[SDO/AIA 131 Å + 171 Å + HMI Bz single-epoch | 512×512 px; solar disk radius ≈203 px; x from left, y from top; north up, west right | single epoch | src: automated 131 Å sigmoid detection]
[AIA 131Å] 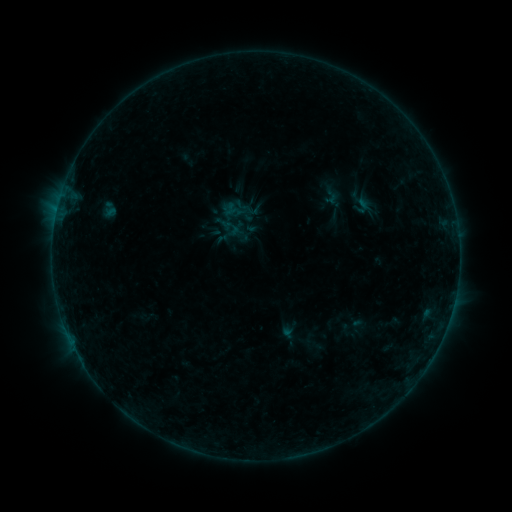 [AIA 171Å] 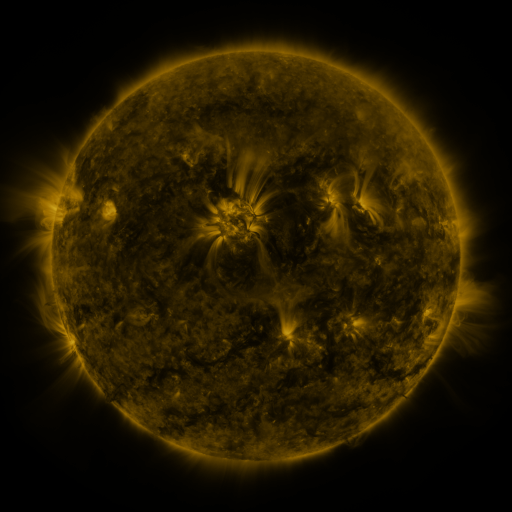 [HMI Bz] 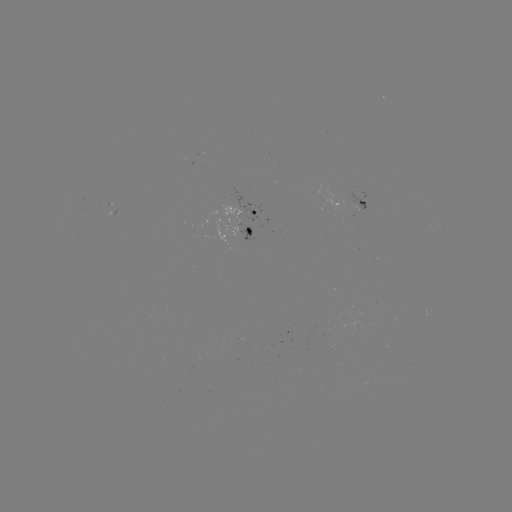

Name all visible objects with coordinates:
sigmoid: <bbox>351, 198, 372, 214</bbox>
